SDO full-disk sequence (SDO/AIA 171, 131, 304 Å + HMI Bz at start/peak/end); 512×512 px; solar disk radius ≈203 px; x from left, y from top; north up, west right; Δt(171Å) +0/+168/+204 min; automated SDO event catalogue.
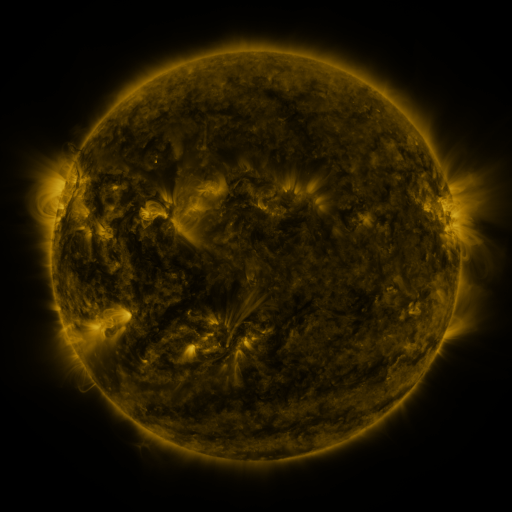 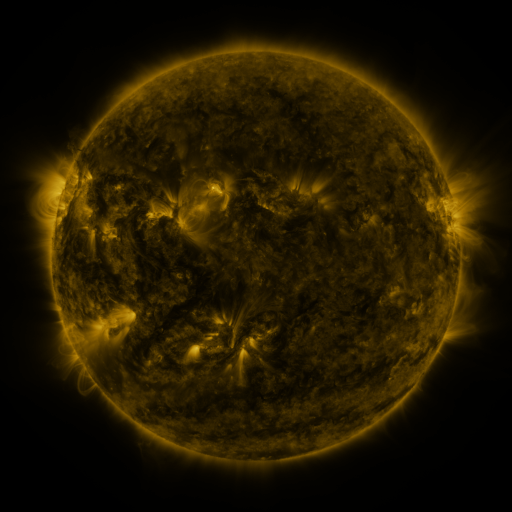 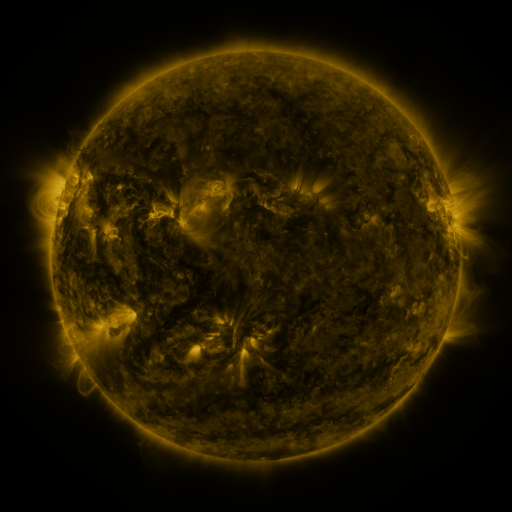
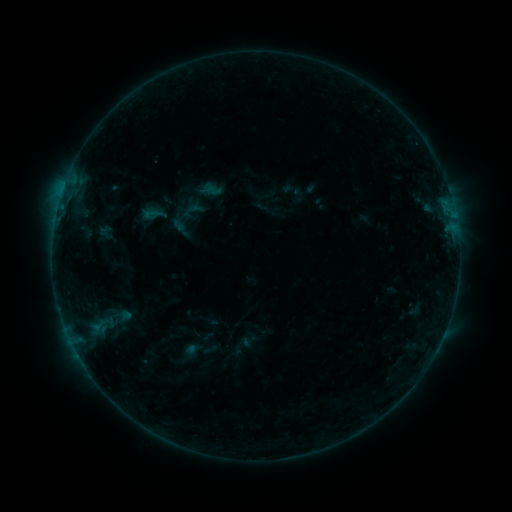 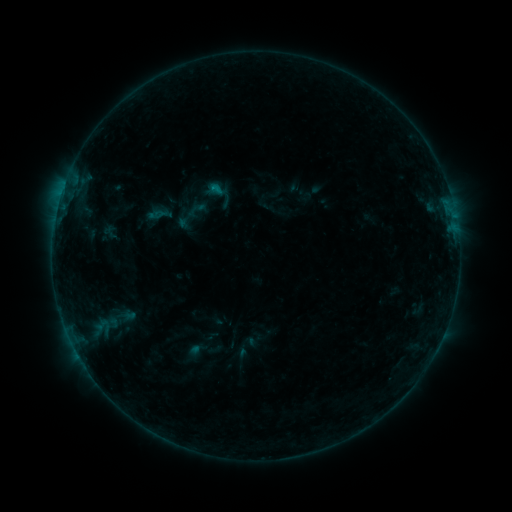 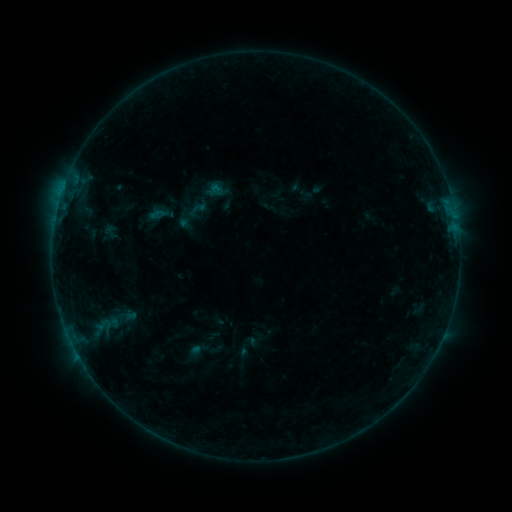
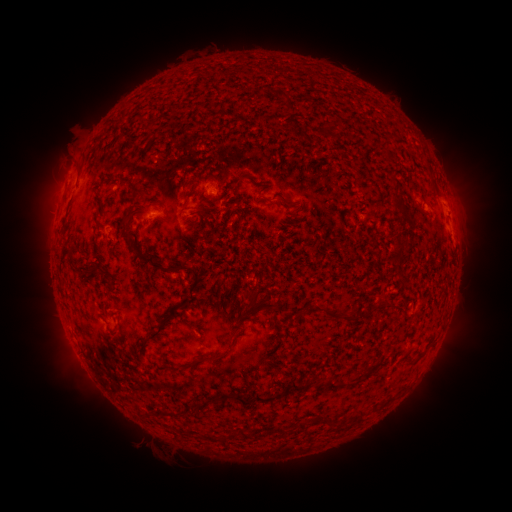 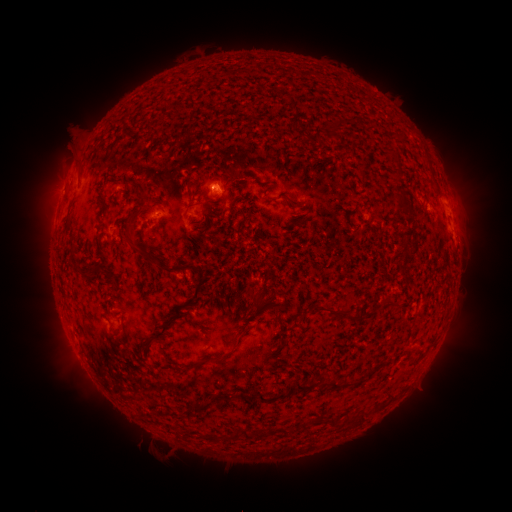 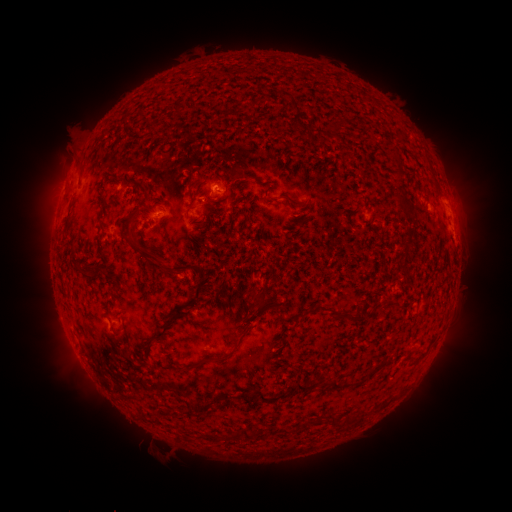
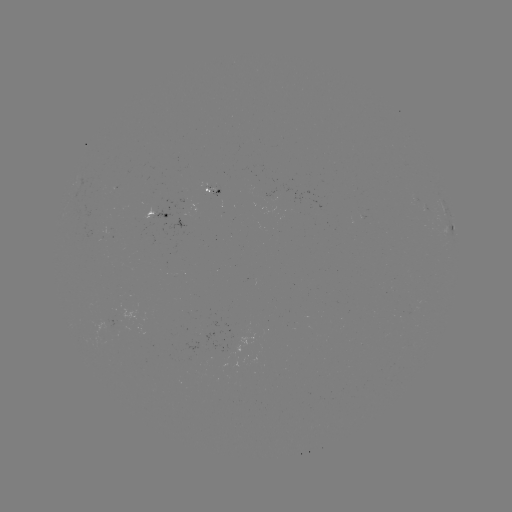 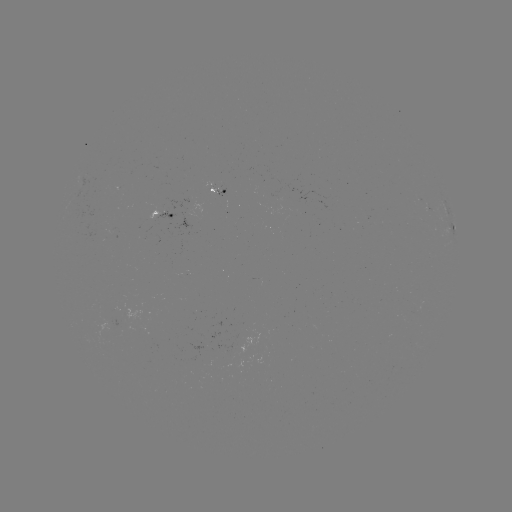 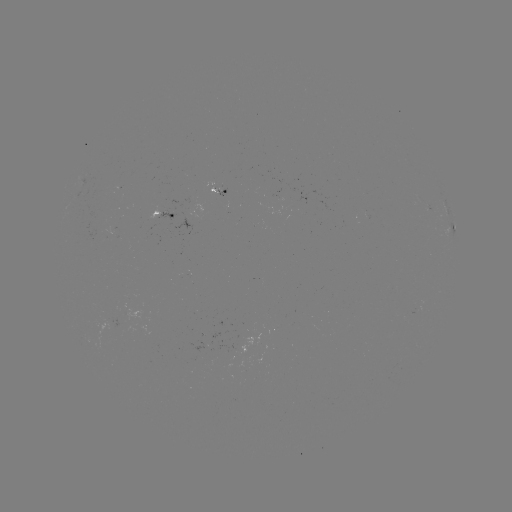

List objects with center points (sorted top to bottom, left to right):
emerging-flux region: (181, 275)
